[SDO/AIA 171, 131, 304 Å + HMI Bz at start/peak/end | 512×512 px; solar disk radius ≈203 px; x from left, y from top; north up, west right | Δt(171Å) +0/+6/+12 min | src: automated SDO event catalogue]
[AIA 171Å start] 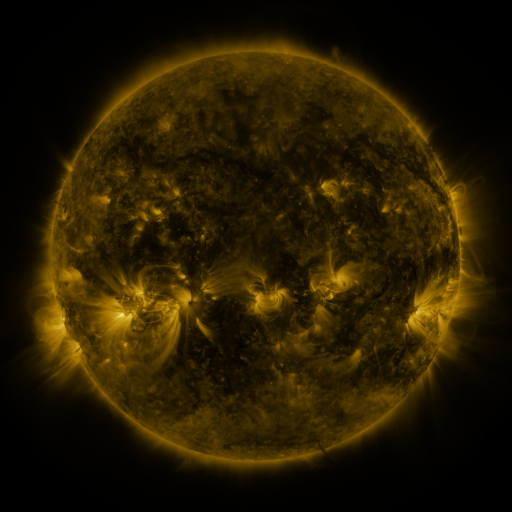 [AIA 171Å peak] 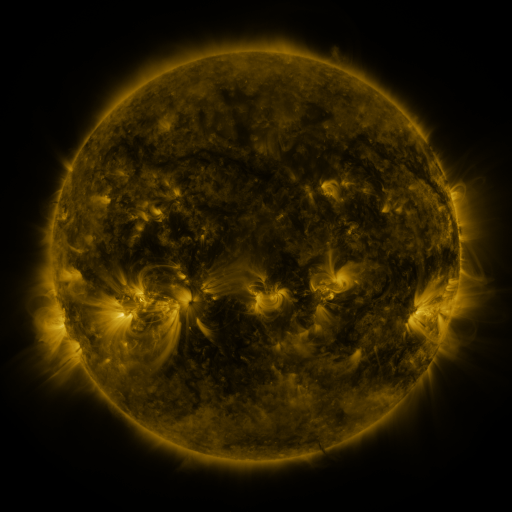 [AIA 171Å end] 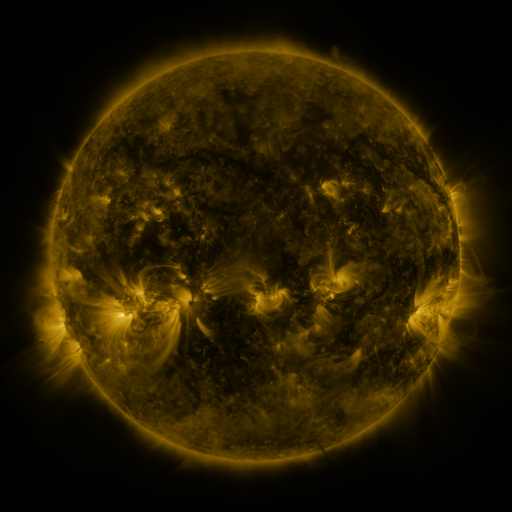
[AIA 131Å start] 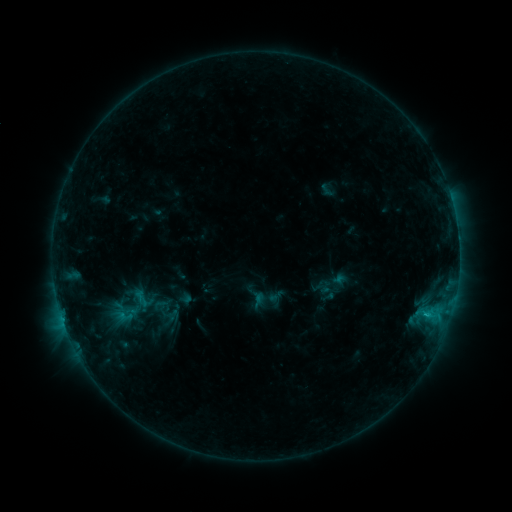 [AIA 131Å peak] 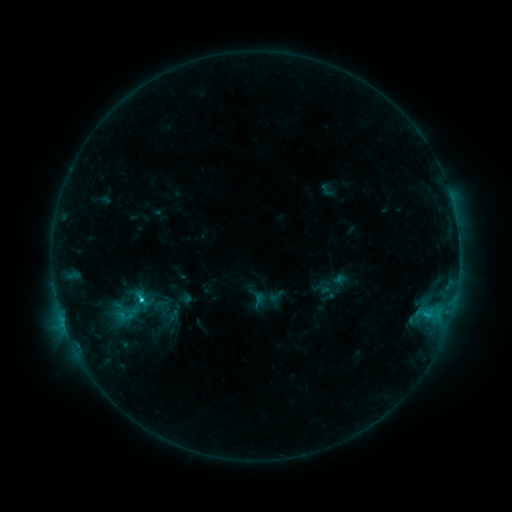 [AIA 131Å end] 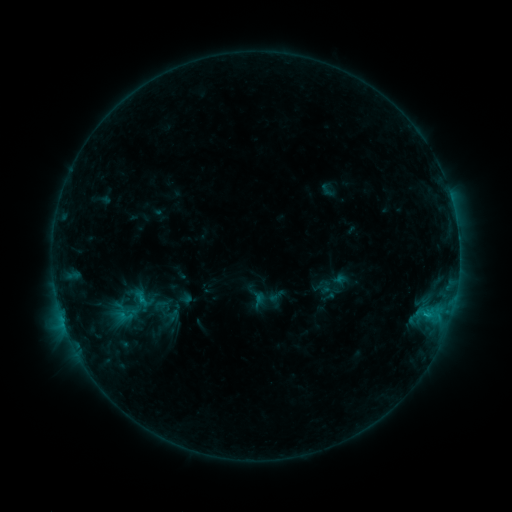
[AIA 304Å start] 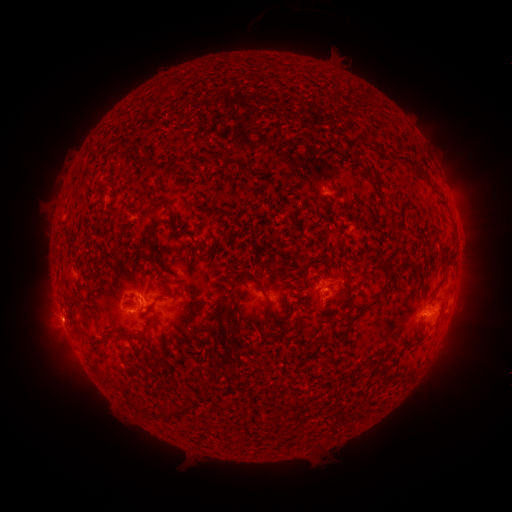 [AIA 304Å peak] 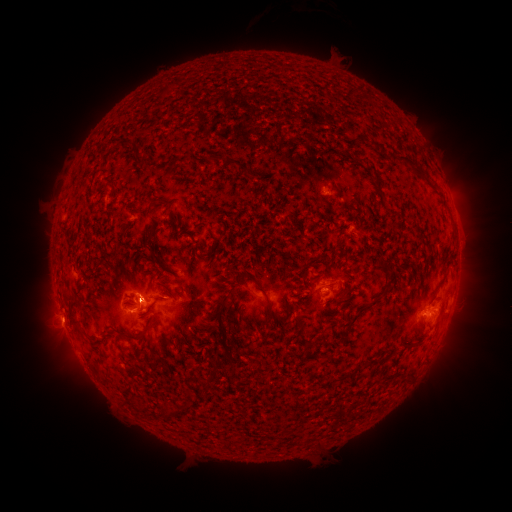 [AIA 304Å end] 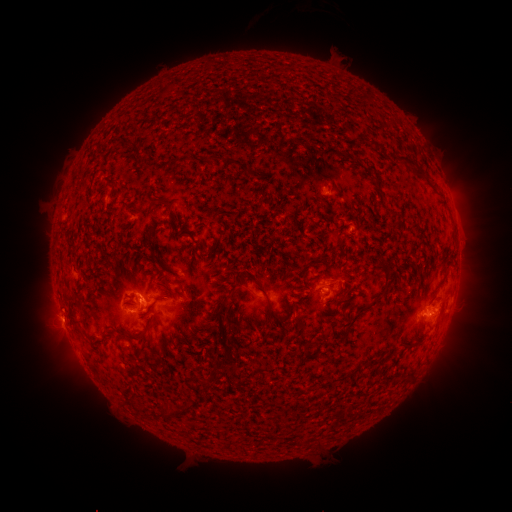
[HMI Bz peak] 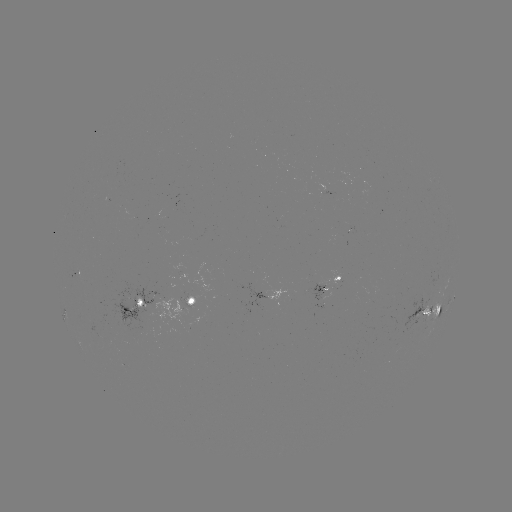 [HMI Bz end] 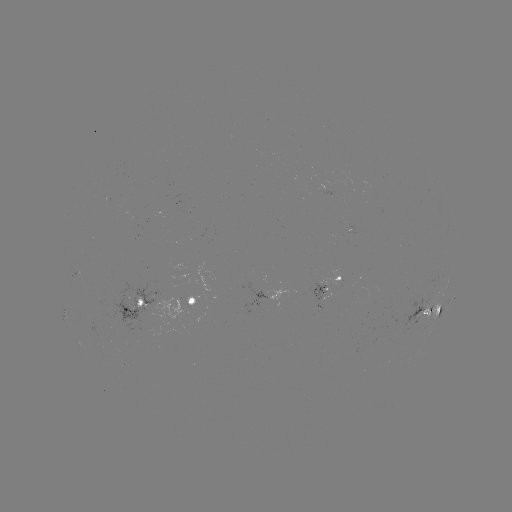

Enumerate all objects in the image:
C1.7 flare: (199, 339)
